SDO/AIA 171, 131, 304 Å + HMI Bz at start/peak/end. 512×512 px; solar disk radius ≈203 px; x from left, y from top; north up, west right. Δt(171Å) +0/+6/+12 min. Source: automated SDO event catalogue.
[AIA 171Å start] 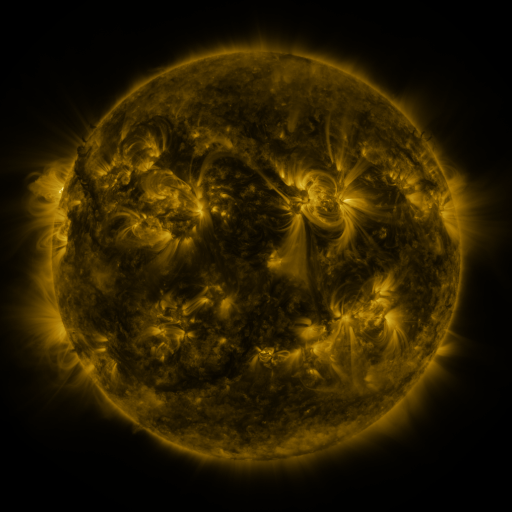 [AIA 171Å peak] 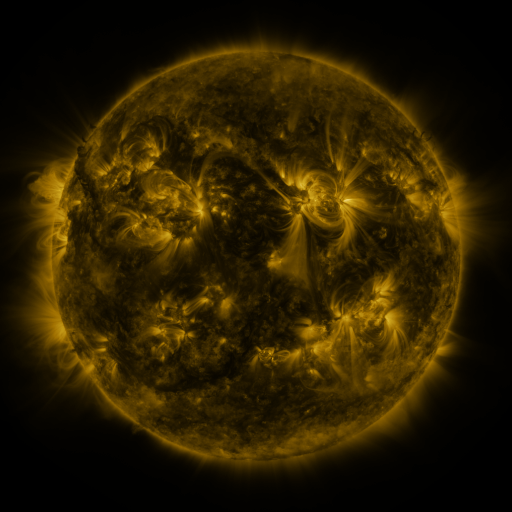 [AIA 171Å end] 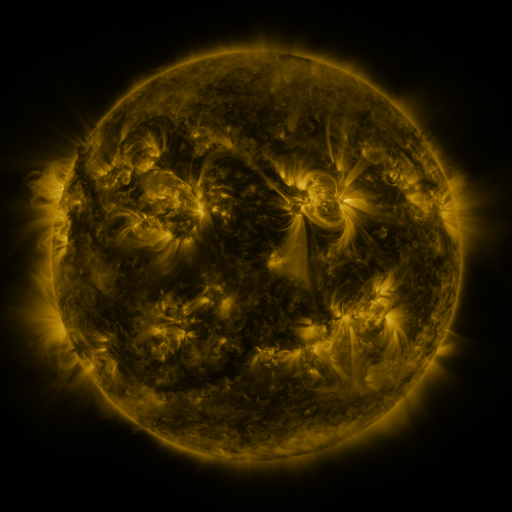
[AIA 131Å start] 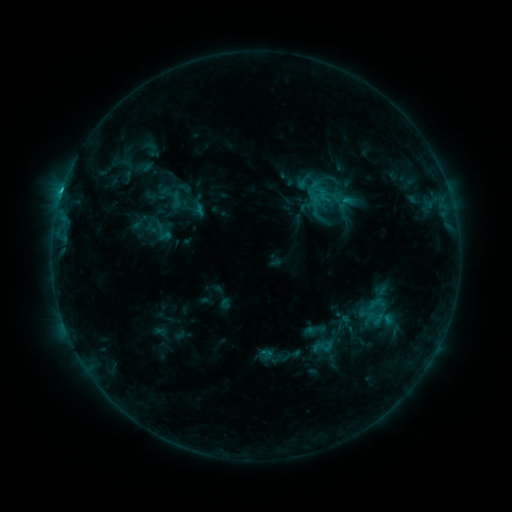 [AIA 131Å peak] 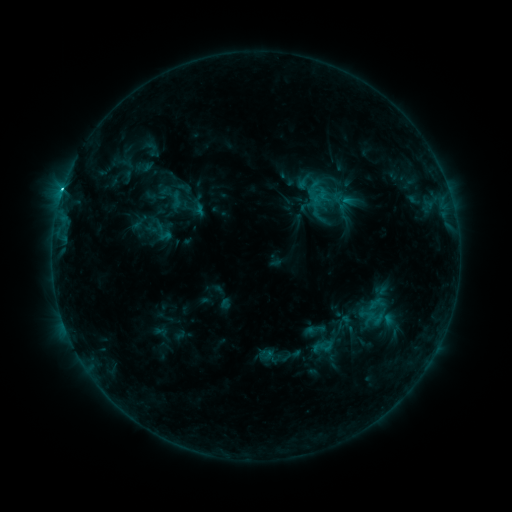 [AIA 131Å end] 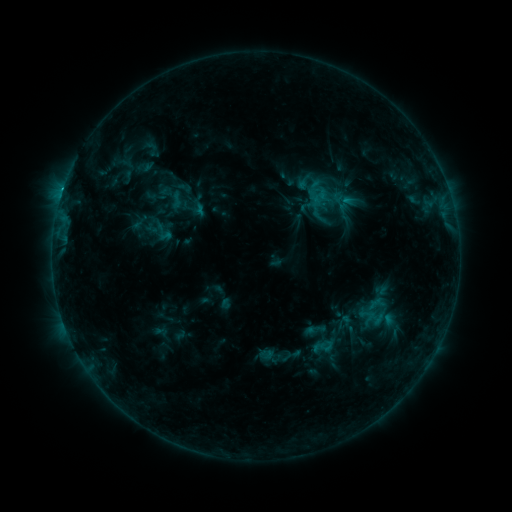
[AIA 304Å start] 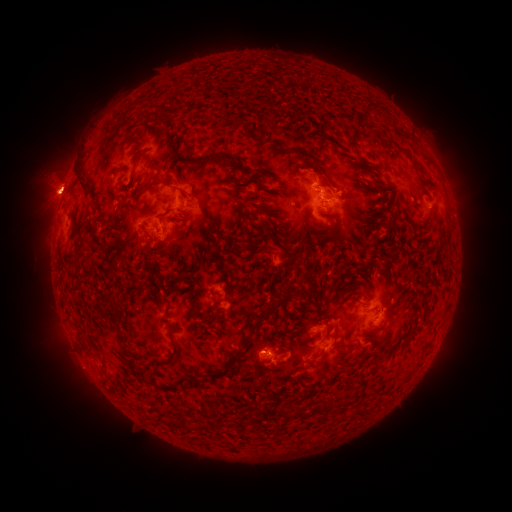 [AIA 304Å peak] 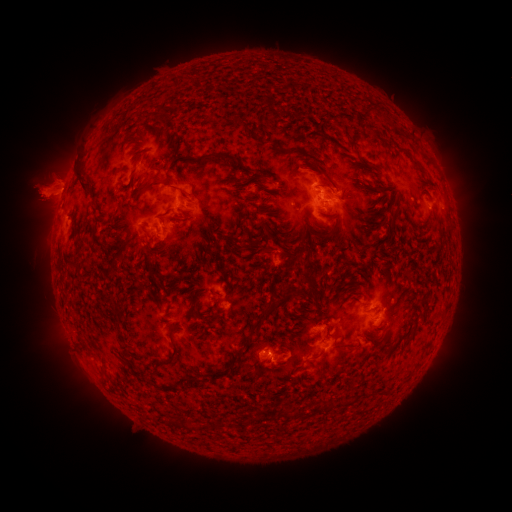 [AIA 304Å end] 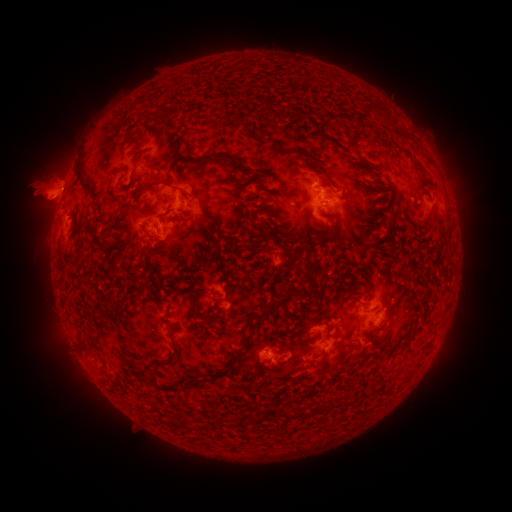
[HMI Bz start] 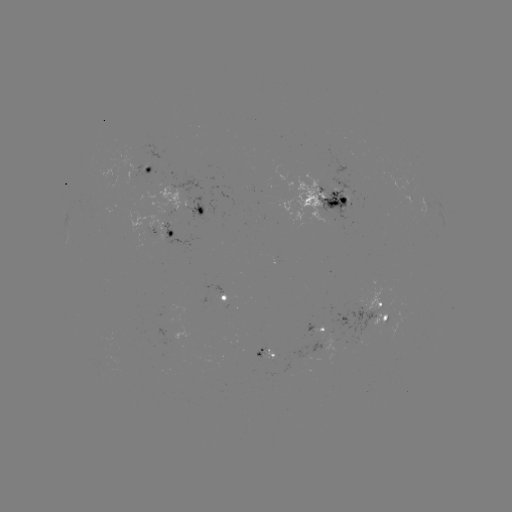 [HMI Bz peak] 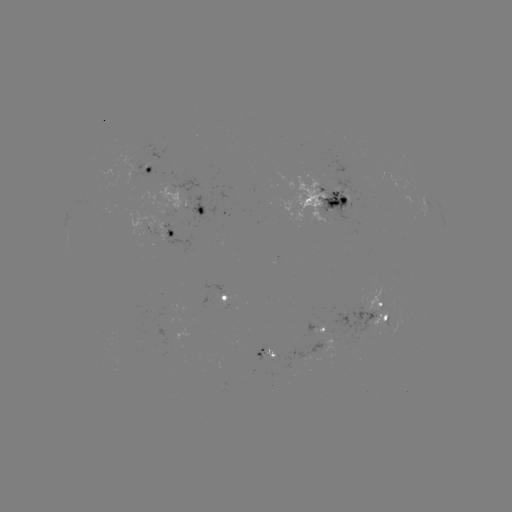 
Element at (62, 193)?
C2.1 flare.